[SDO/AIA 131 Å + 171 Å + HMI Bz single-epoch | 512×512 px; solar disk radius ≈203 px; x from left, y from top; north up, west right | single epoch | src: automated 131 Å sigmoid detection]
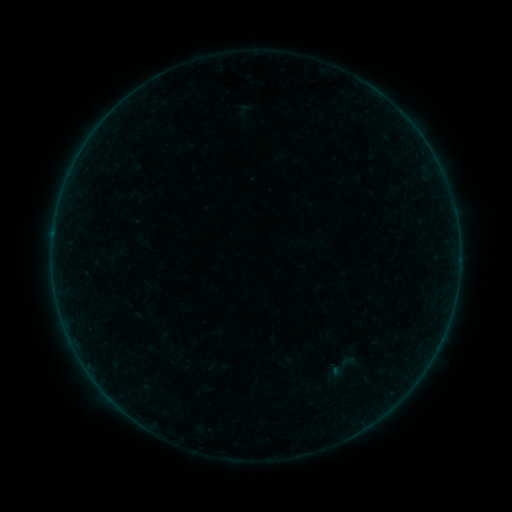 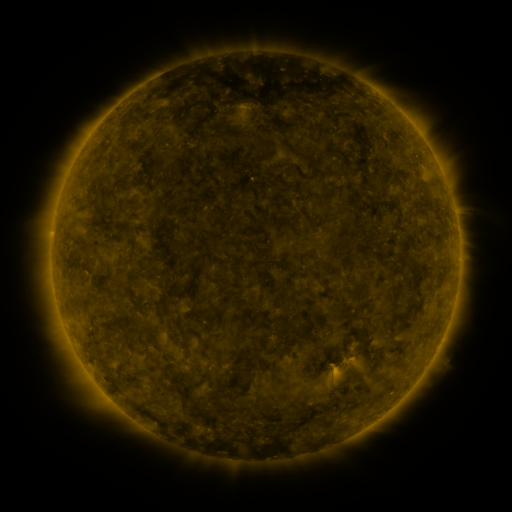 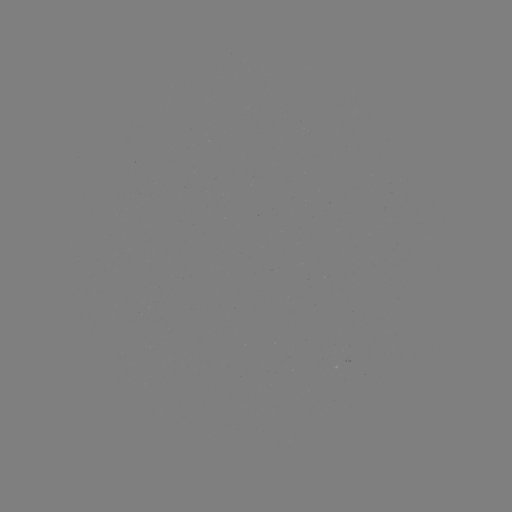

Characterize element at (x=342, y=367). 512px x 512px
sigmoid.